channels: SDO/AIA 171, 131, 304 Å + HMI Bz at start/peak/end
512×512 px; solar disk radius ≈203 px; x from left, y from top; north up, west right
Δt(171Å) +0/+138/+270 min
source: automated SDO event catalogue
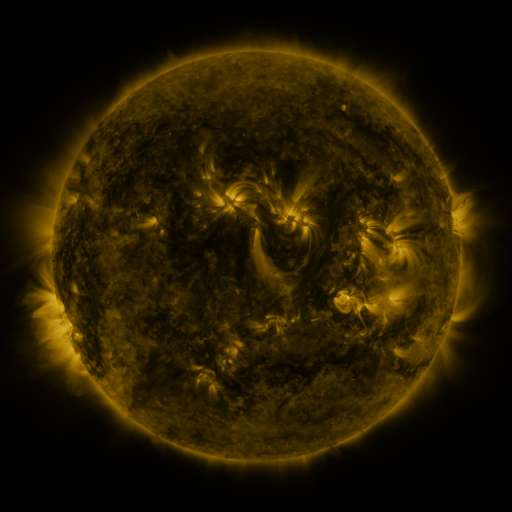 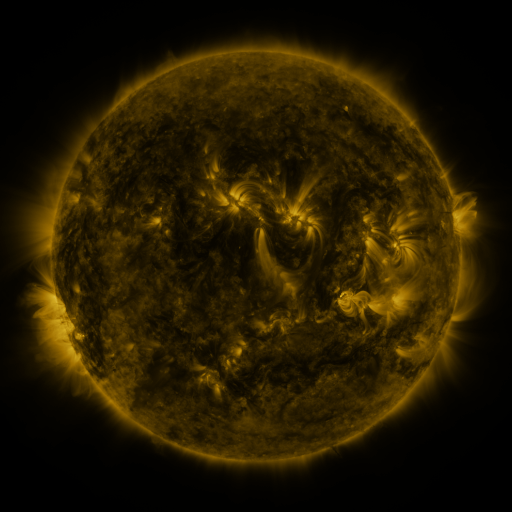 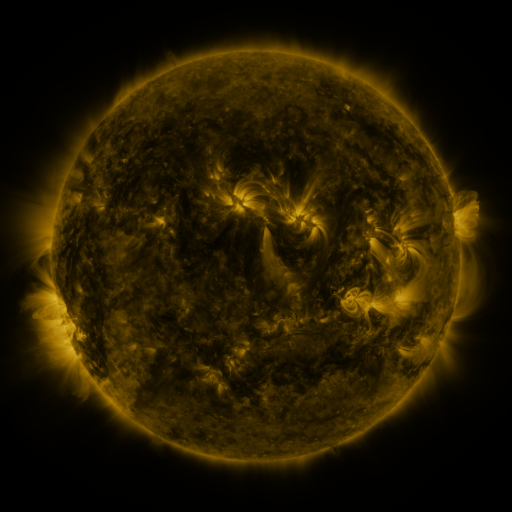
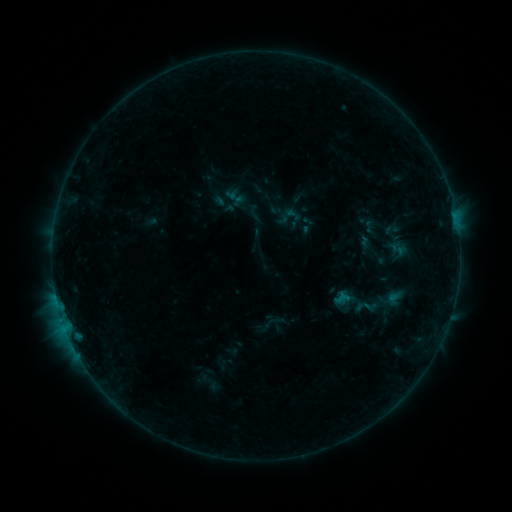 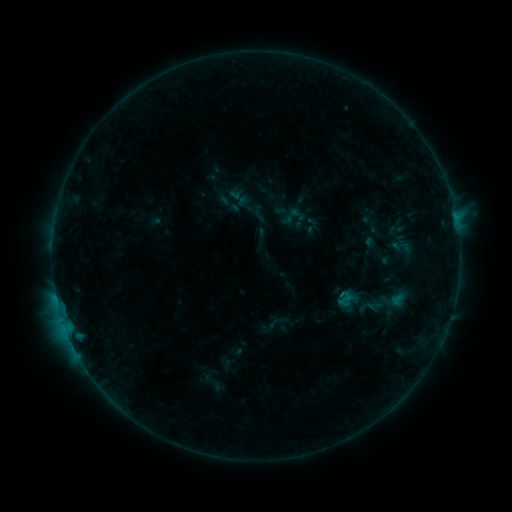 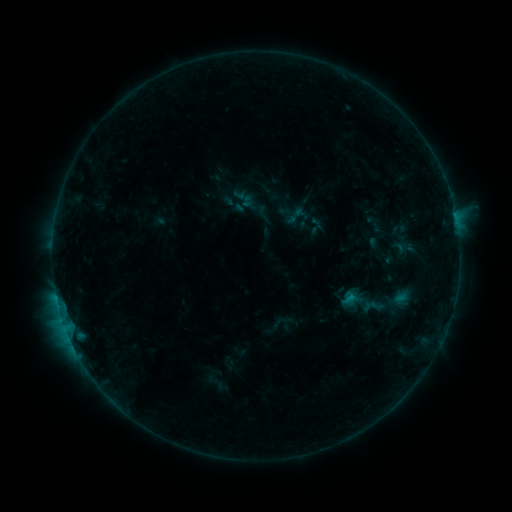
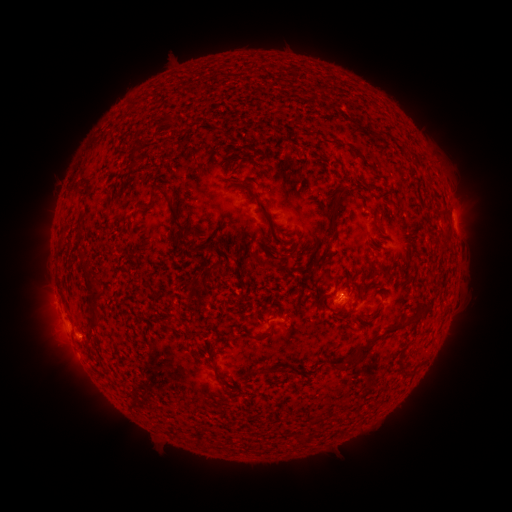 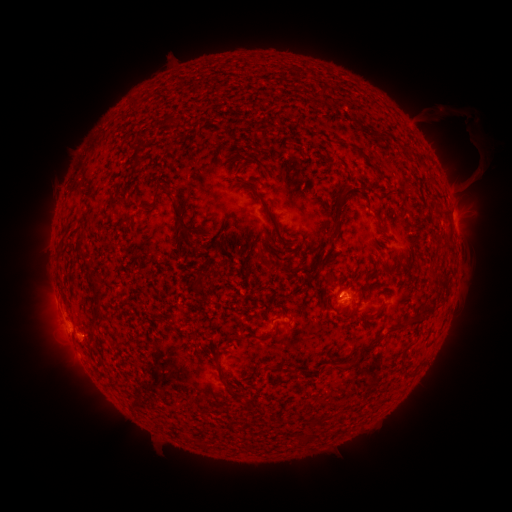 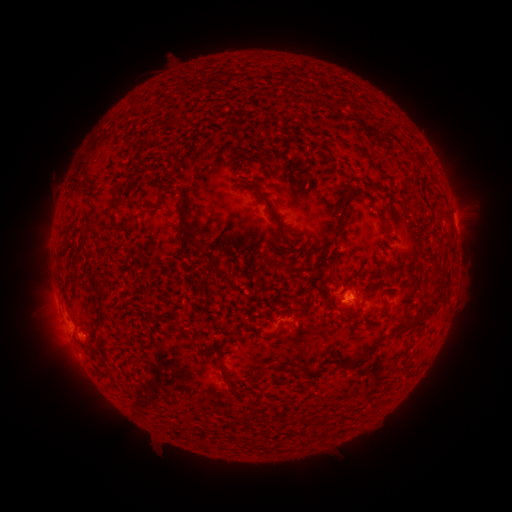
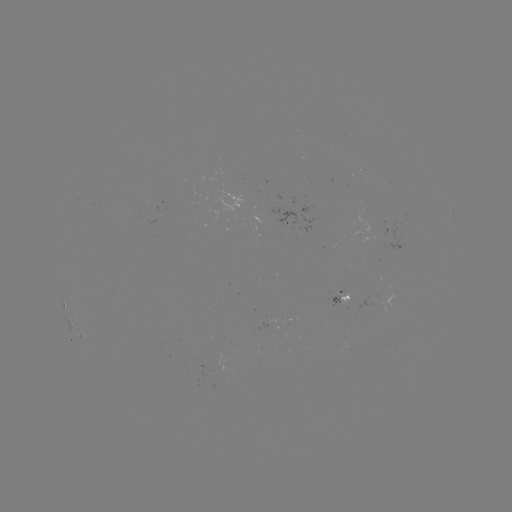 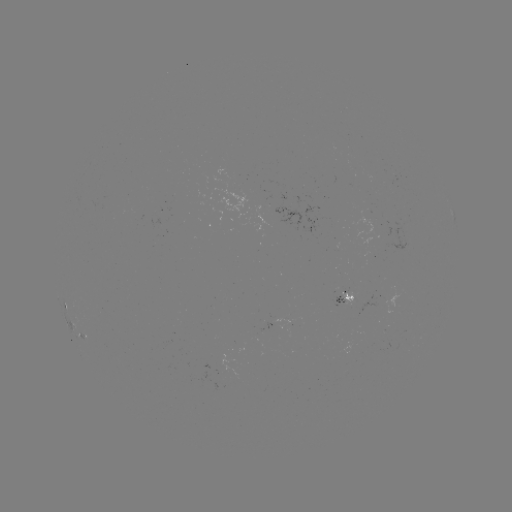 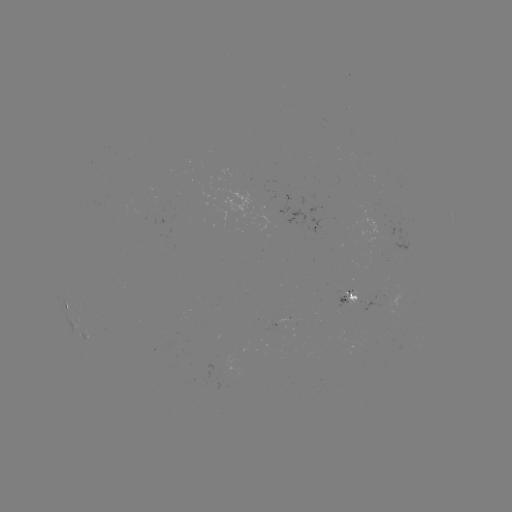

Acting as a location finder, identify filament eruption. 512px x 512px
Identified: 457,129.